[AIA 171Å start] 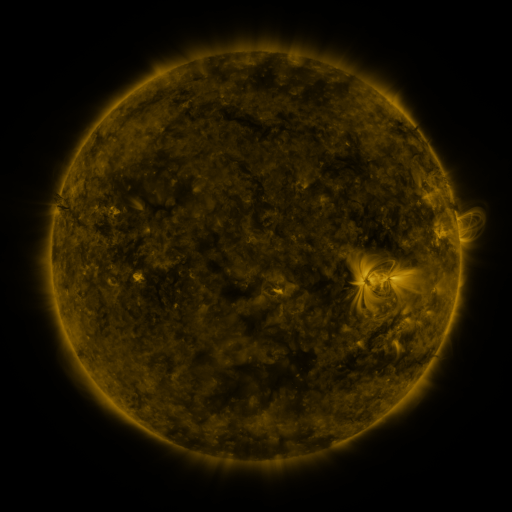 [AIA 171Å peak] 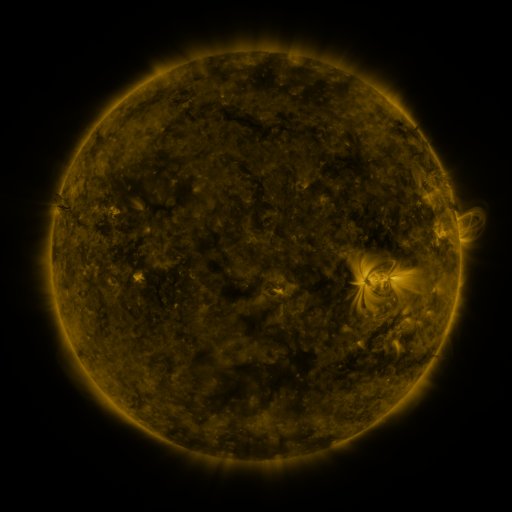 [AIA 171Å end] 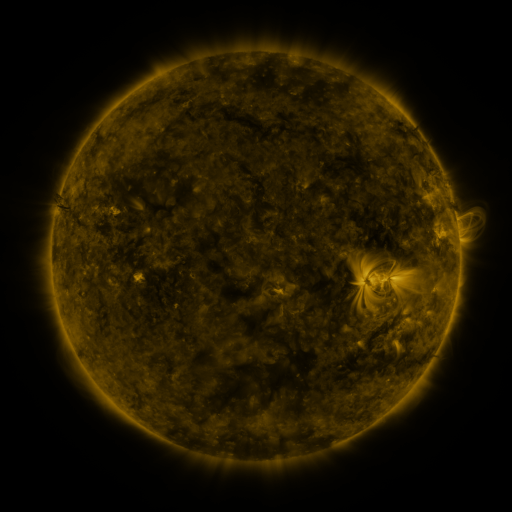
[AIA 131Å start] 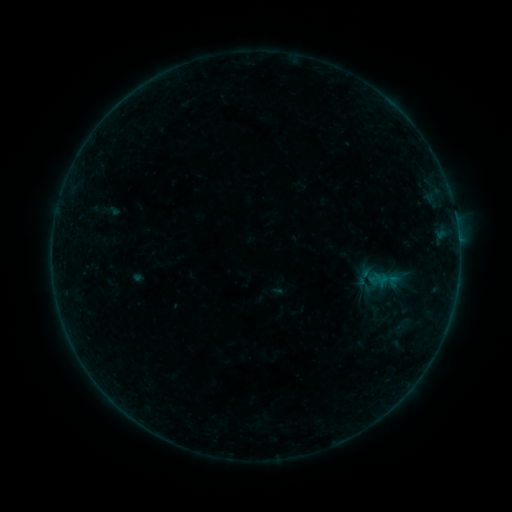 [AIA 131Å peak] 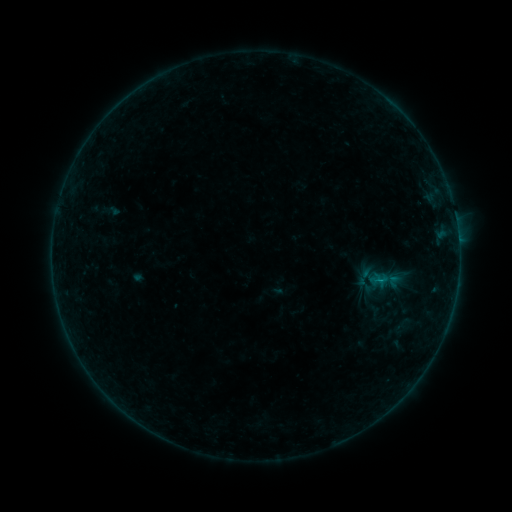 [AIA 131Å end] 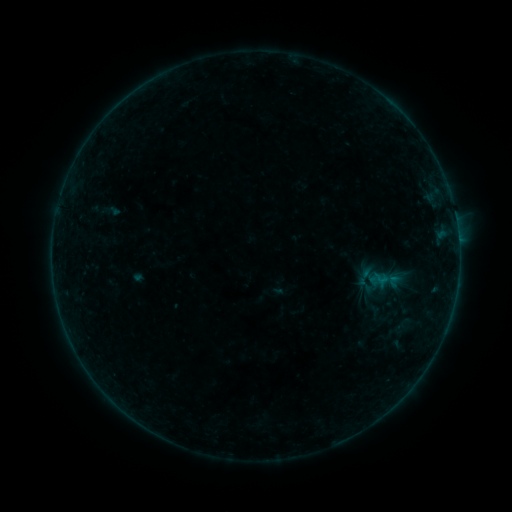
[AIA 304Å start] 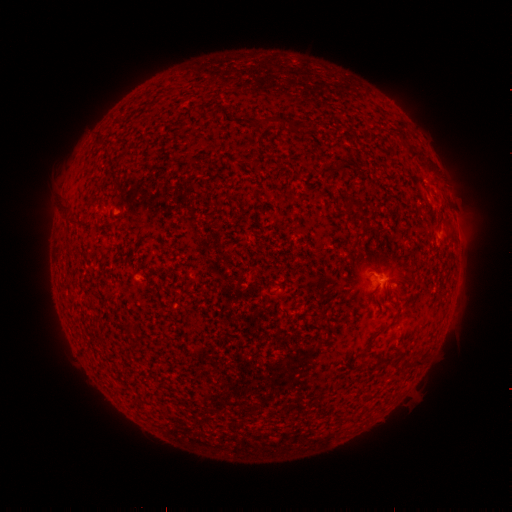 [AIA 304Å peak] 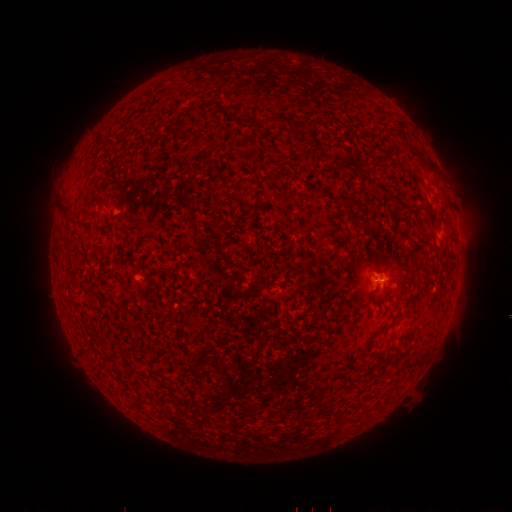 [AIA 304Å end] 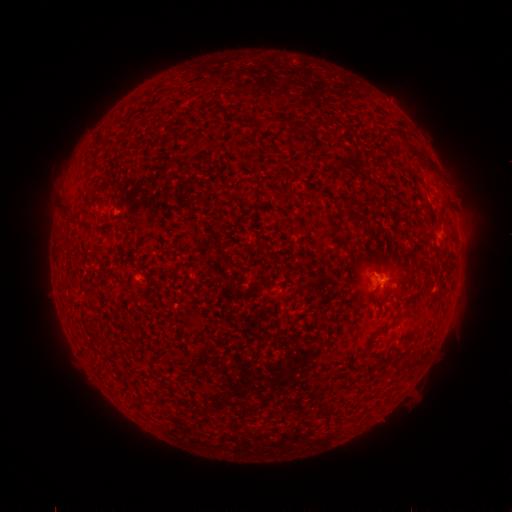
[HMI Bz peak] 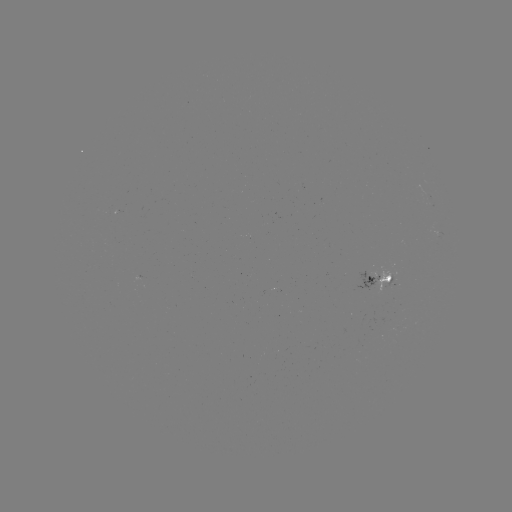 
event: flare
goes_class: B1.7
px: (378, 277)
